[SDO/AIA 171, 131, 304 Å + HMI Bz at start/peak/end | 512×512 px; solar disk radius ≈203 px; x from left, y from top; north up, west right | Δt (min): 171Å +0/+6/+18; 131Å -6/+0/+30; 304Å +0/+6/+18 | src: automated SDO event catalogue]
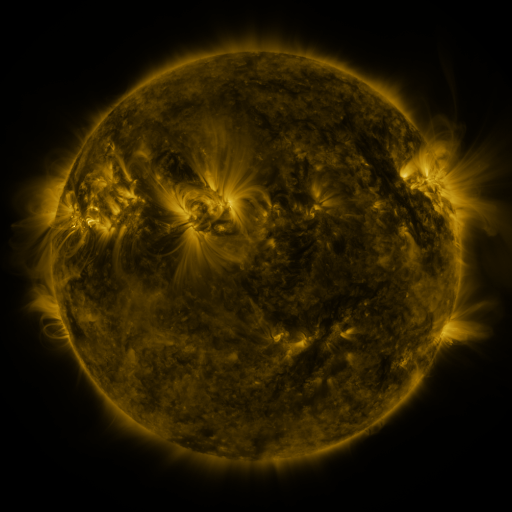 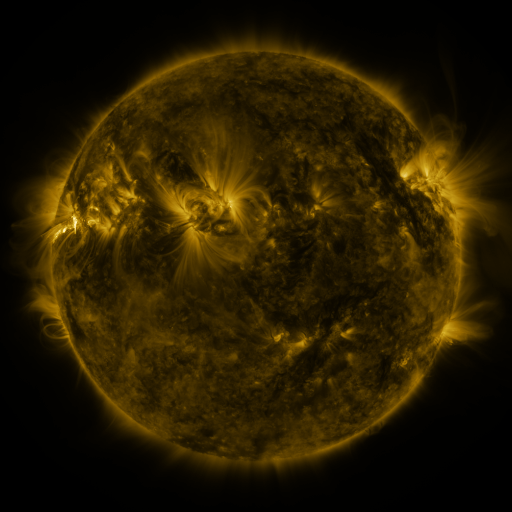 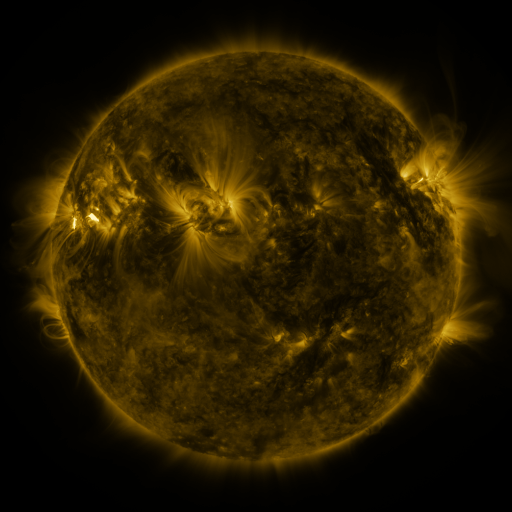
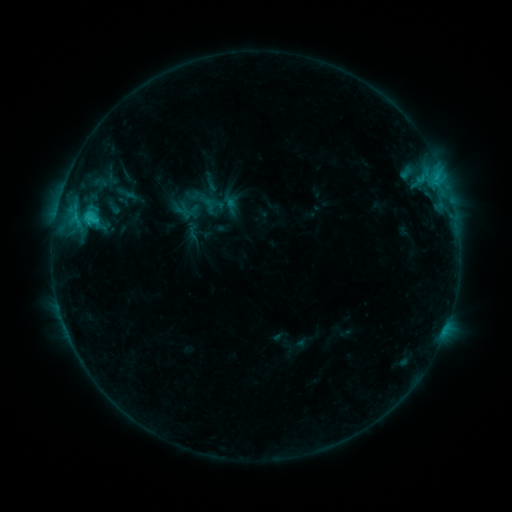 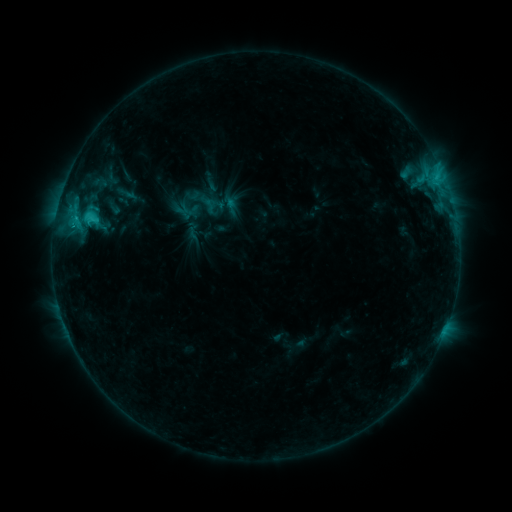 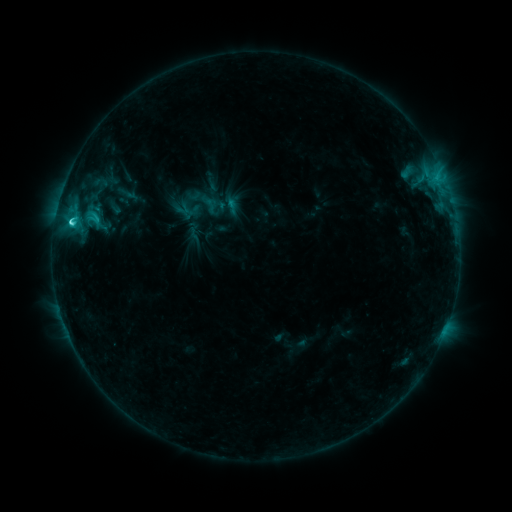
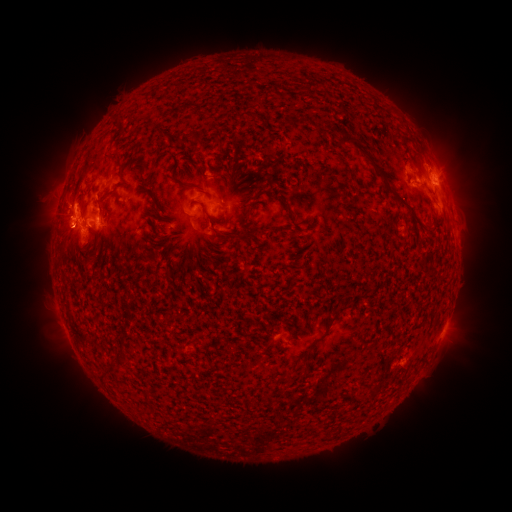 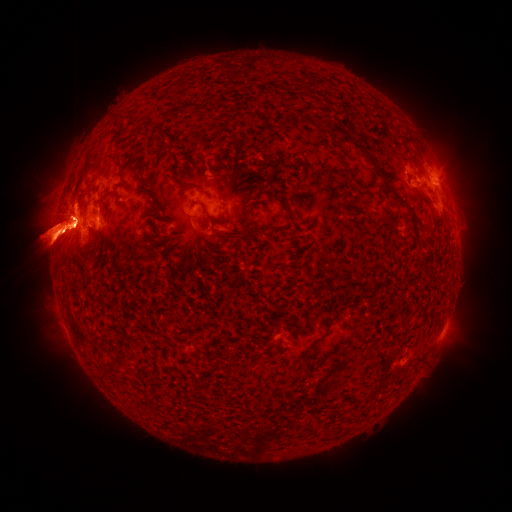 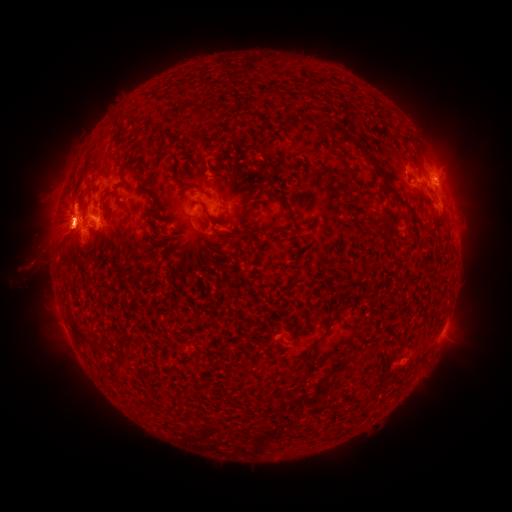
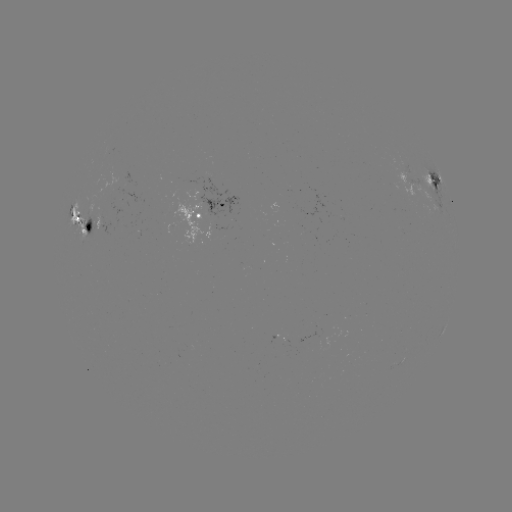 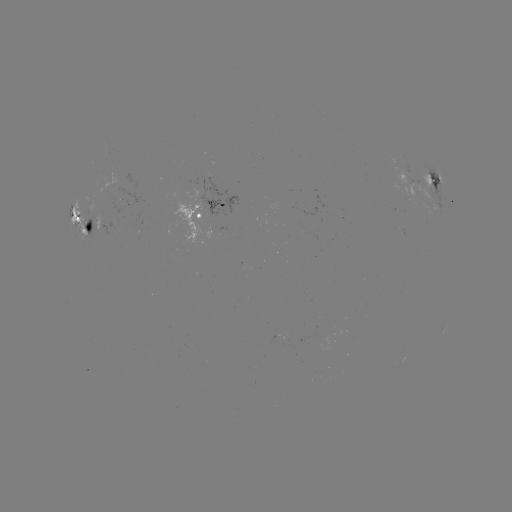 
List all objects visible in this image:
M1.9 flare: (98, 232)
